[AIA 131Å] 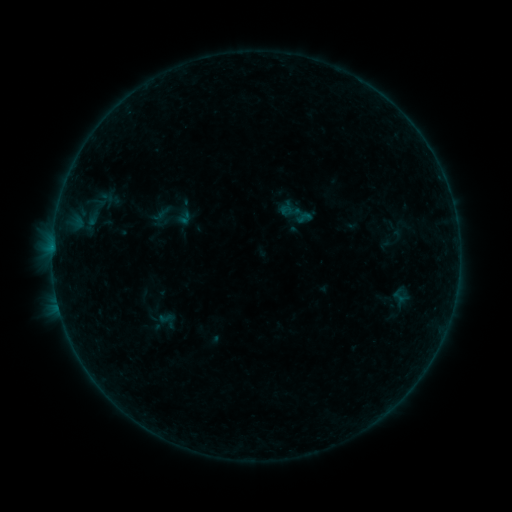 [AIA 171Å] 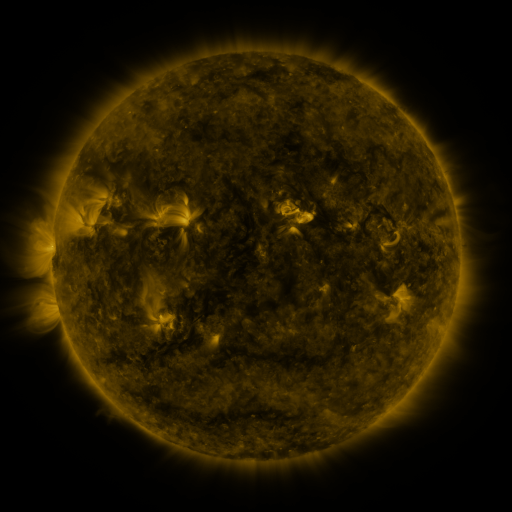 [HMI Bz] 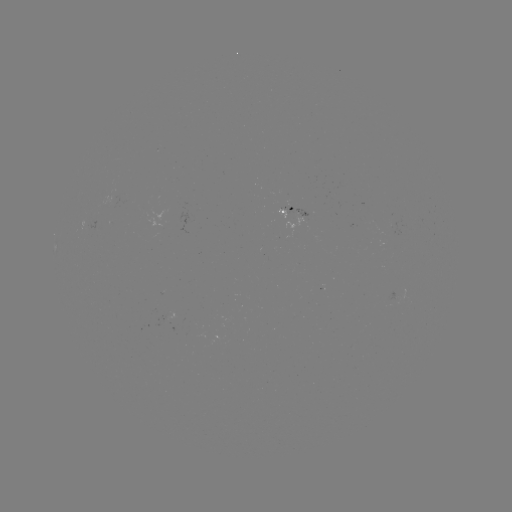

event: sigmoid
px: (304, 217)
